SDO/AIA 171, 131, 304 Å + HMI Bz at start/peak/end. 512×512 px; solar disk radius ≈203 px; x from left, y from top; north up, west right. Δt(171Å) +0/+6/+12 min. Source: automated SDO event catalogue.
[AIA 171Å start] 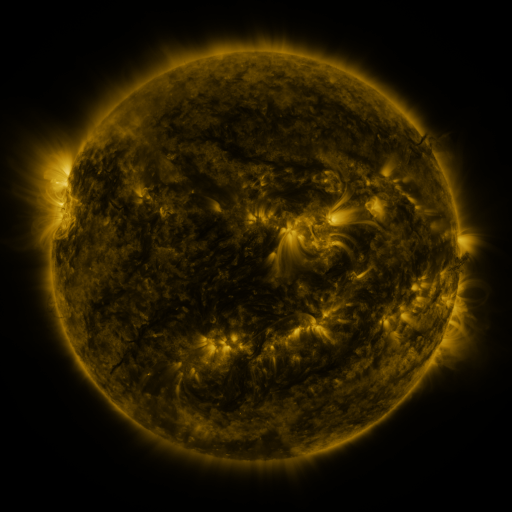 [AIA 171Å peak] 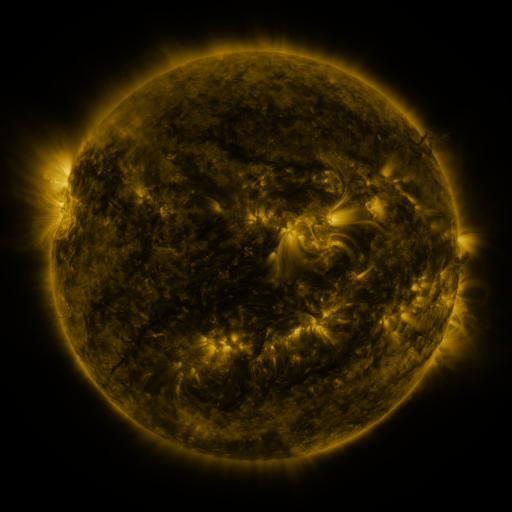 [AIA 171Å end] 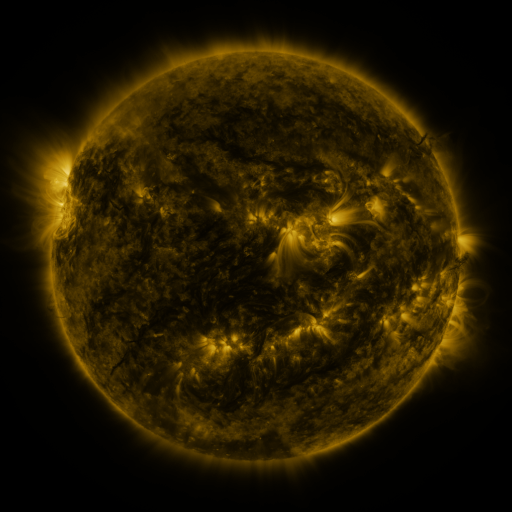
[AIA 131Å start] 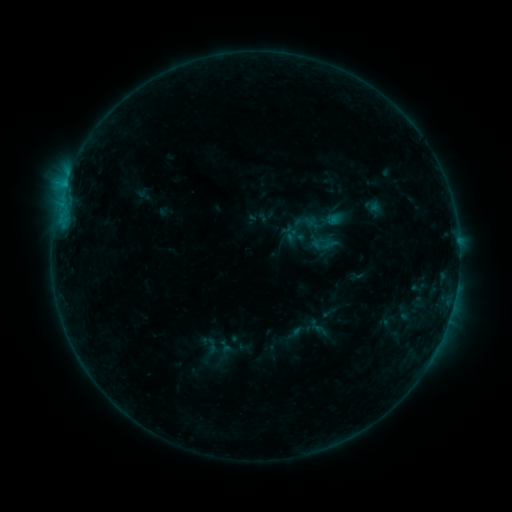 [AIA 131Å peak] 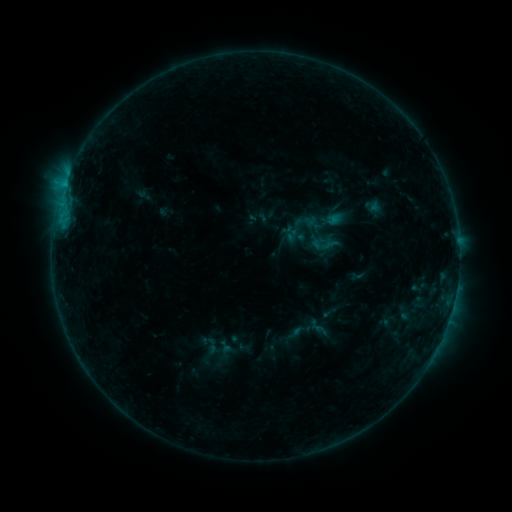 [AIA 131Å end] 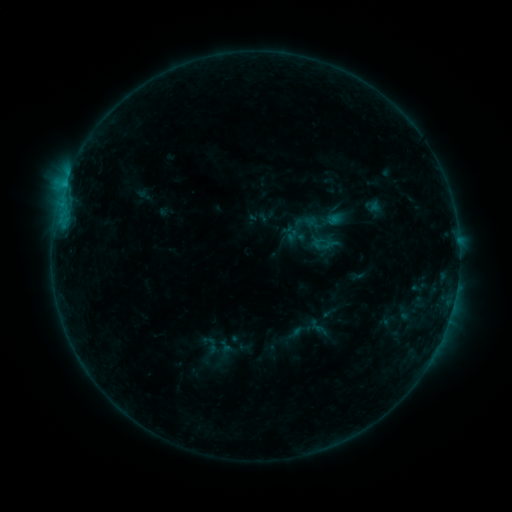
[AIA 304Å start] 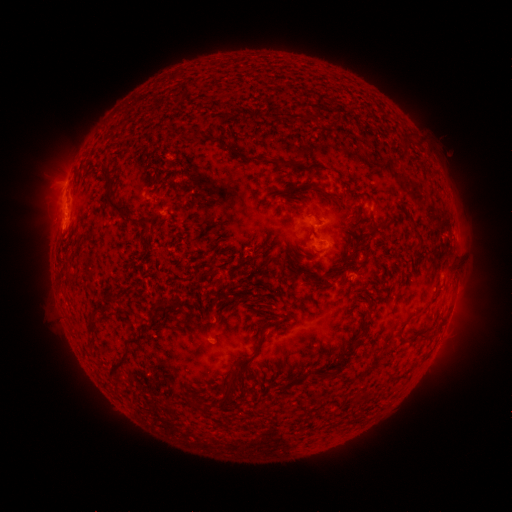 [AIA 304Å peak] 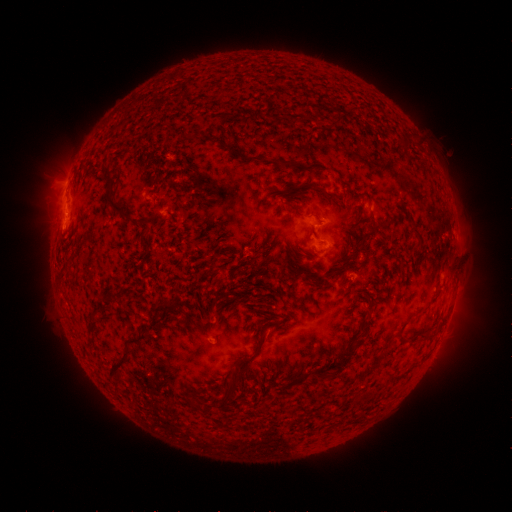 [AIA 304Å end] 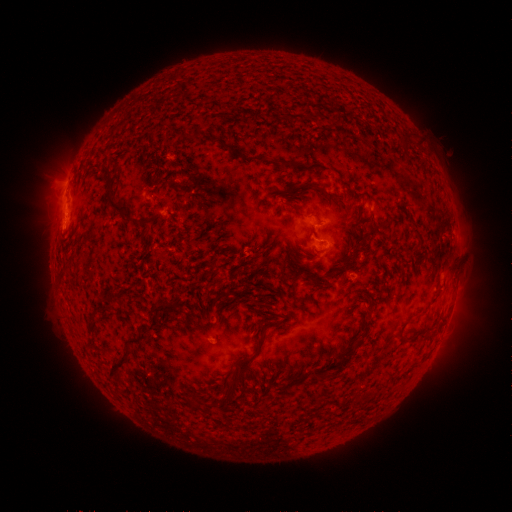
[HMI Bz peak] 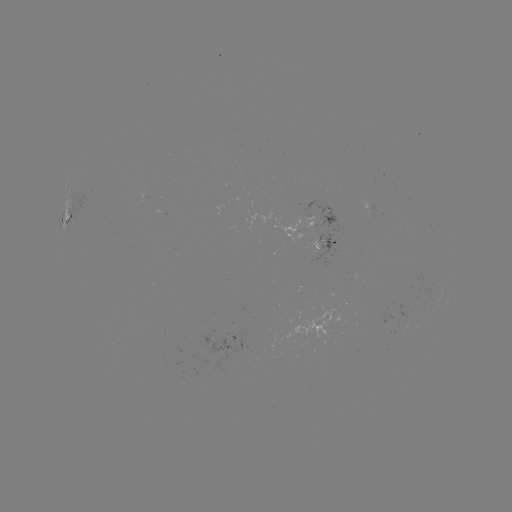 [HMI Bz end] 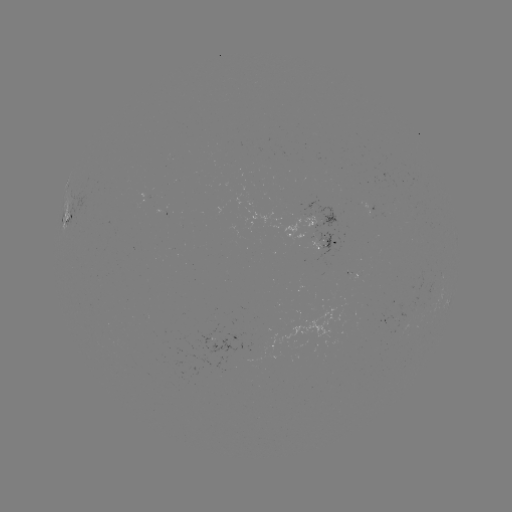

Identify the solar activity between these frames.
no catalogued flare and no flagged EUV brightening in this window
